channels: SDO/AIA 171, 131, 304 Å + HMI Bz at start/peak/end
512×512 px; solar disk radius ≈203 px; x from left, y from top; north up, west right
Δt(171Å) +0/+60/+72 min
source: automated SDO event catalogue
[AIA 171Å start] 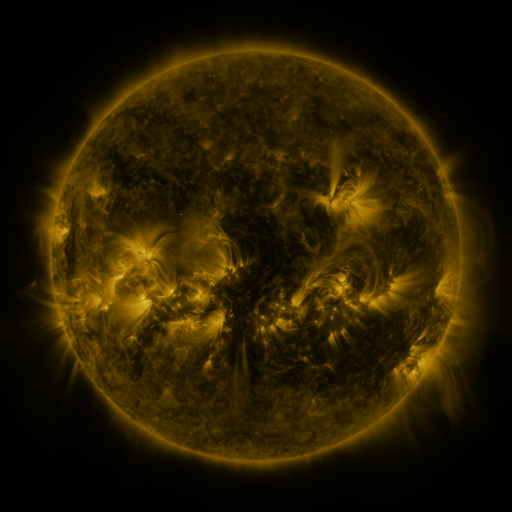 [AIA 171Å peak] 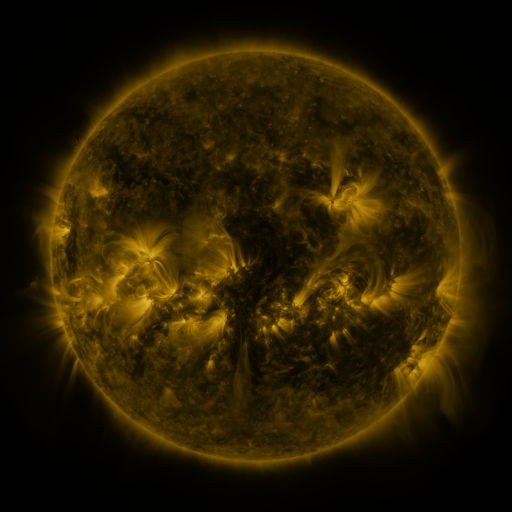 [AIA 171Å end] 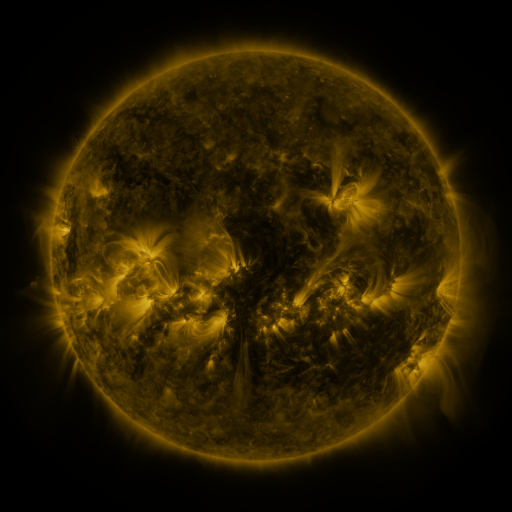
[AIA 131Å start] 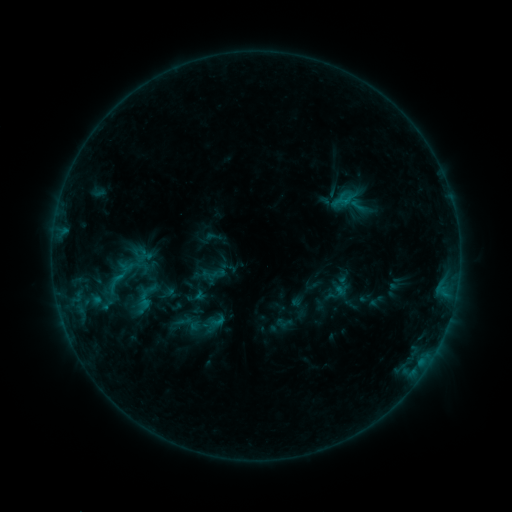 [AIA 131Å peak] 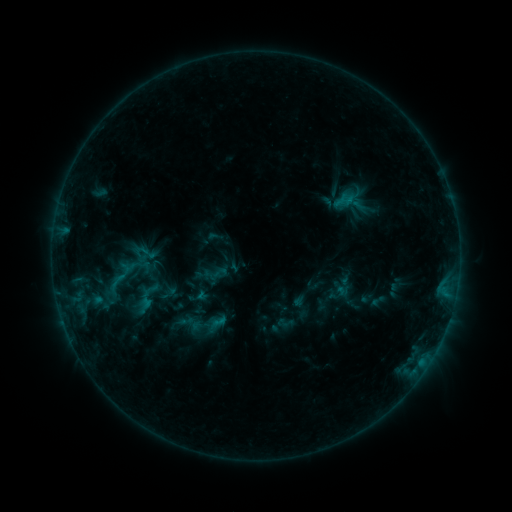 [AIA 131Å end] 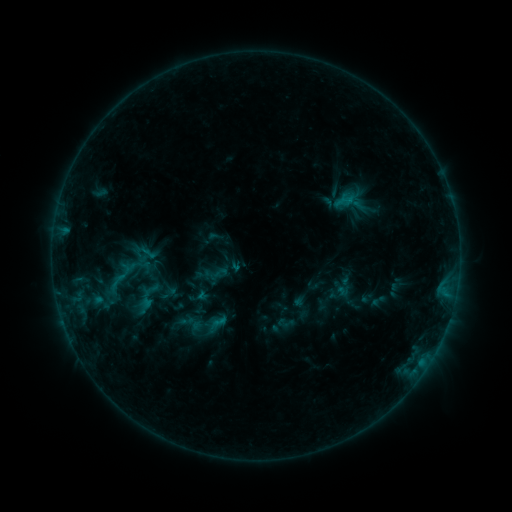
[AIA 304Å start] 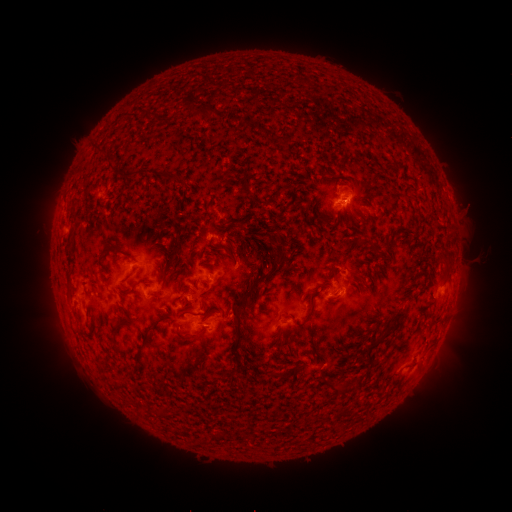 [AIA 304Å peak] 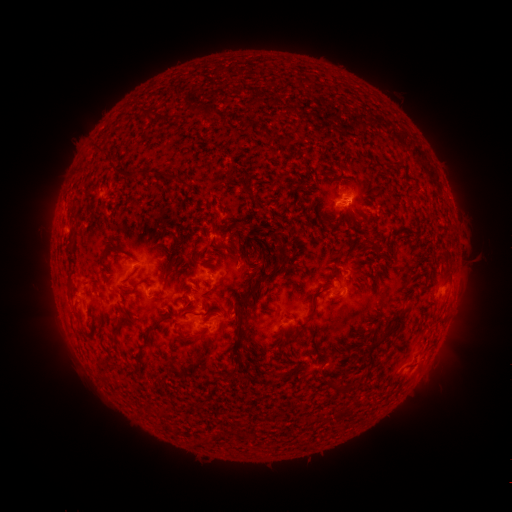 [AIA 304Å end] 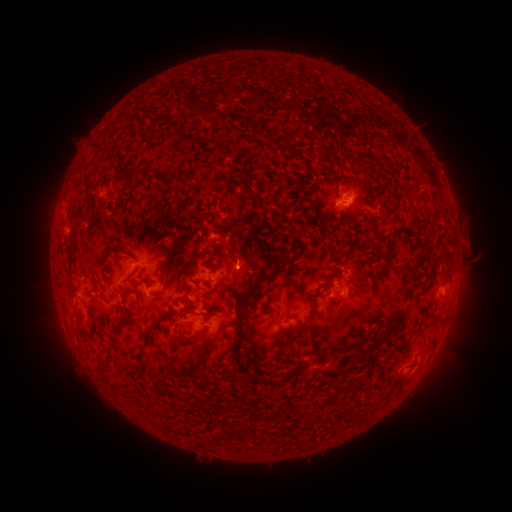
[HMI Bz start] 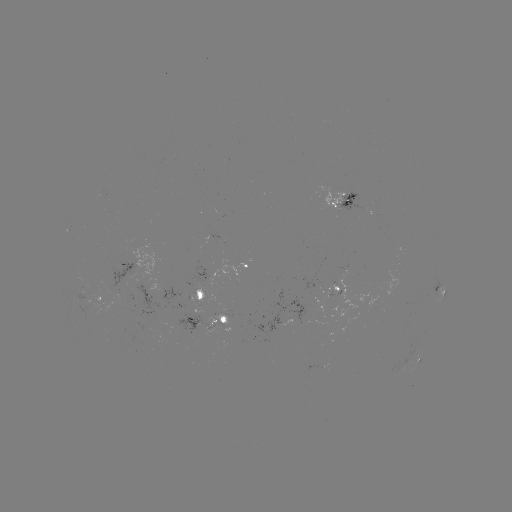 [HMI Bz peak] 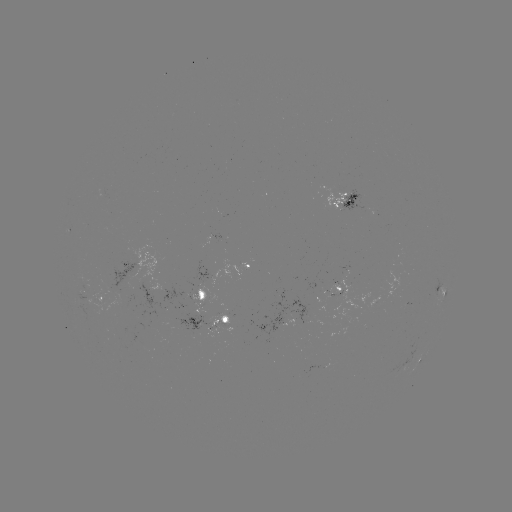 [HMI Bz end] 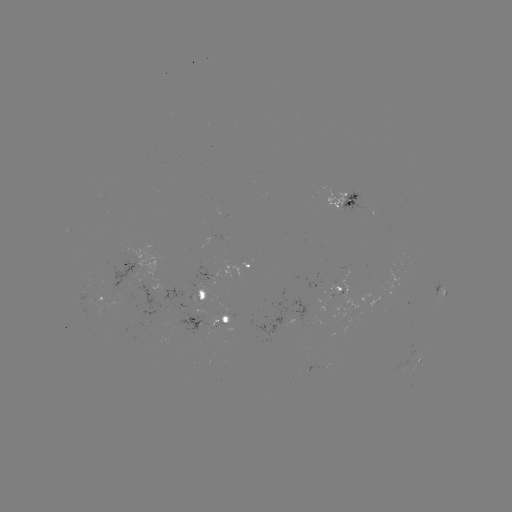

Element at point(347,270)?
emerging-flux region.